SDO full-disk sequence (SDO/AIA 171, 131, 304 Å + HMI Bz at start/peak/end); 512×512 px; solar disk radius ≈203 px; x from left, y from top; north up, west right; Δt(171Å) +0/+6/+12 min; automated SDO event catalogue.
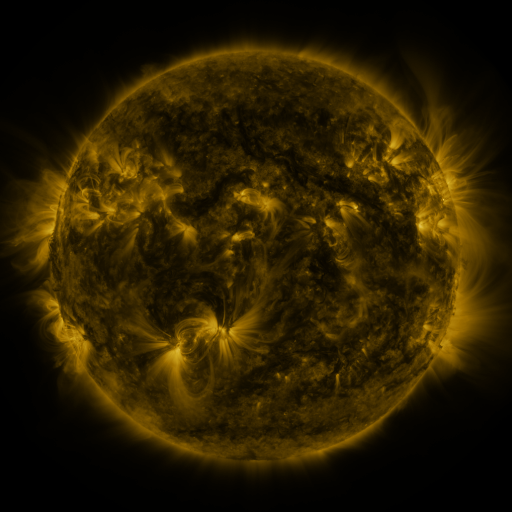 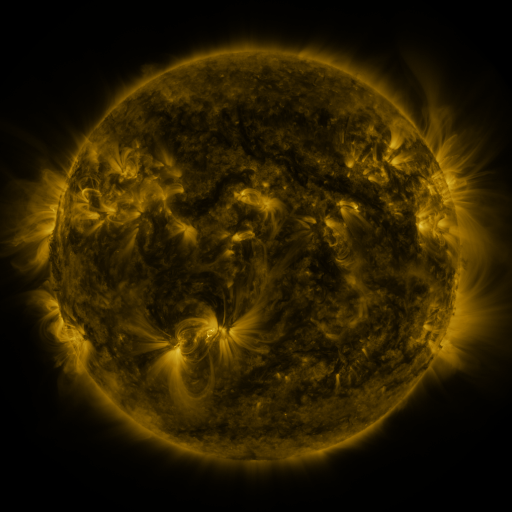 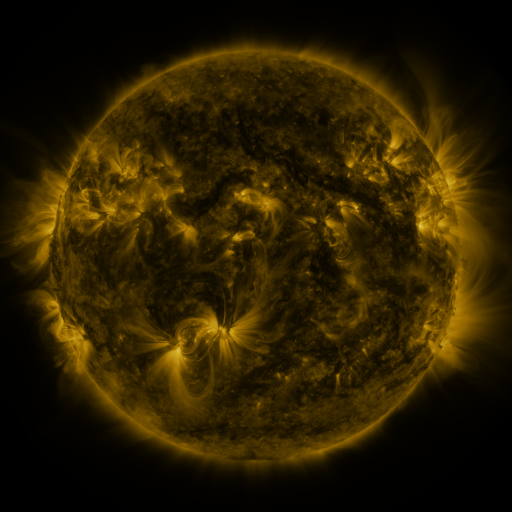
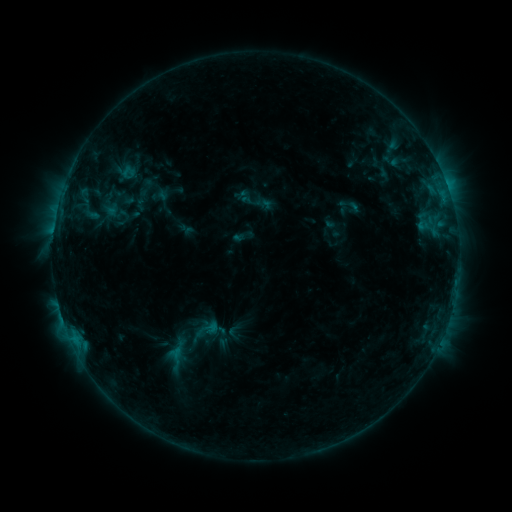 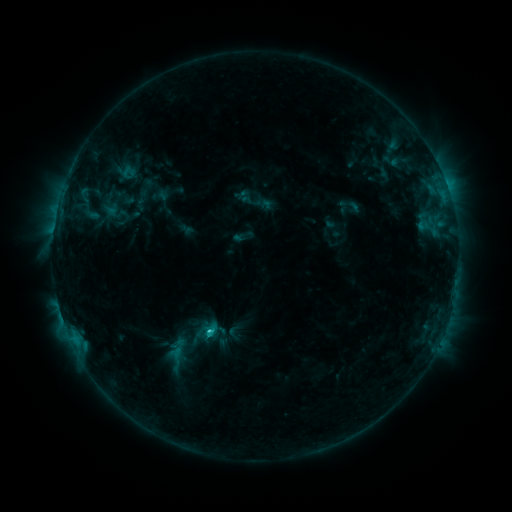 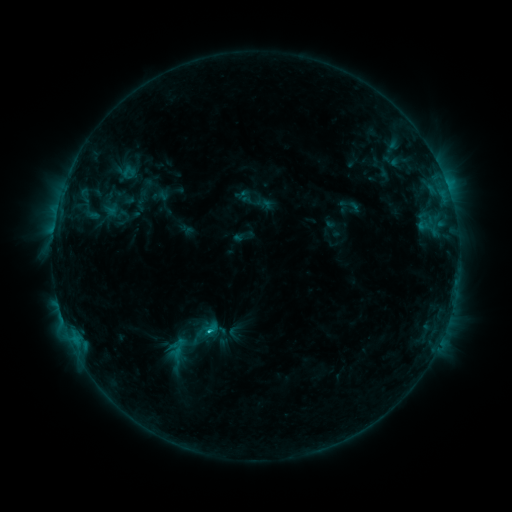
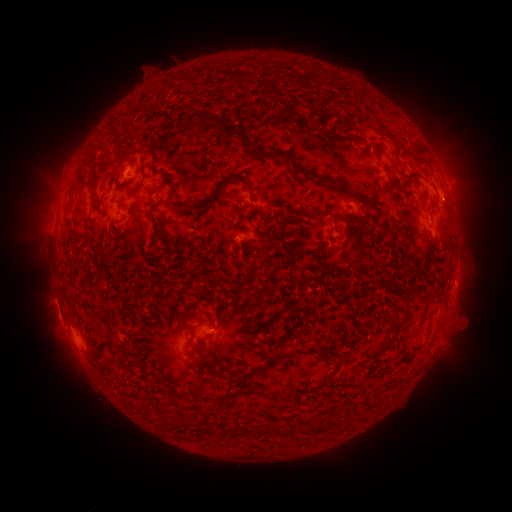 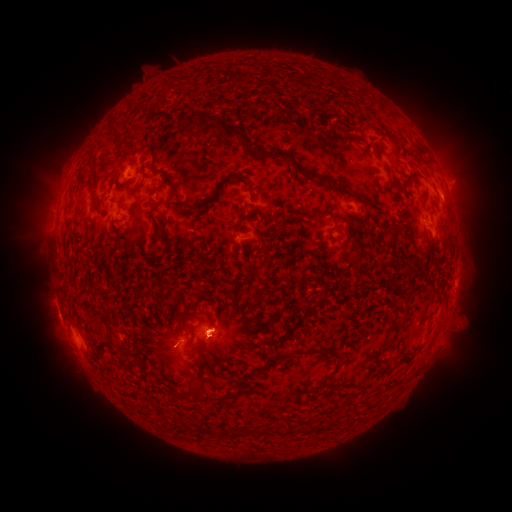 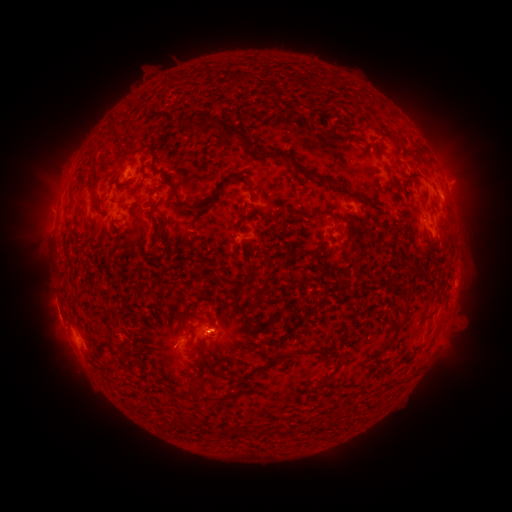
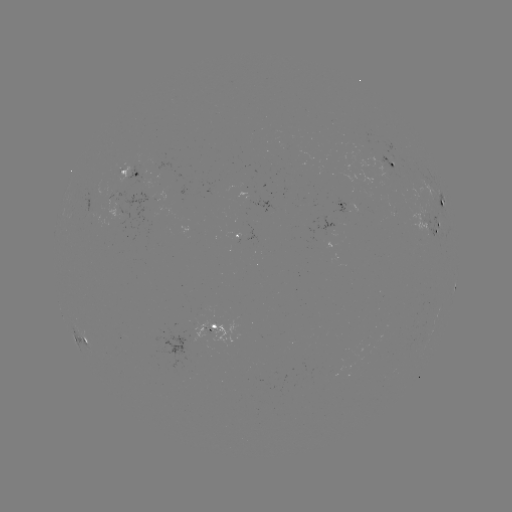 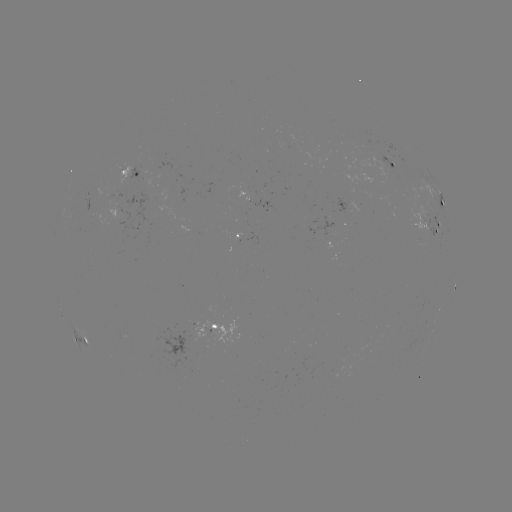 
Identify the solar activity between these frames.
C1.6 flare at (212, 331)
